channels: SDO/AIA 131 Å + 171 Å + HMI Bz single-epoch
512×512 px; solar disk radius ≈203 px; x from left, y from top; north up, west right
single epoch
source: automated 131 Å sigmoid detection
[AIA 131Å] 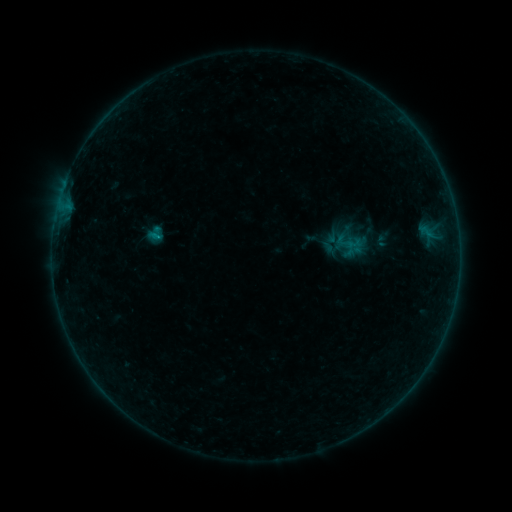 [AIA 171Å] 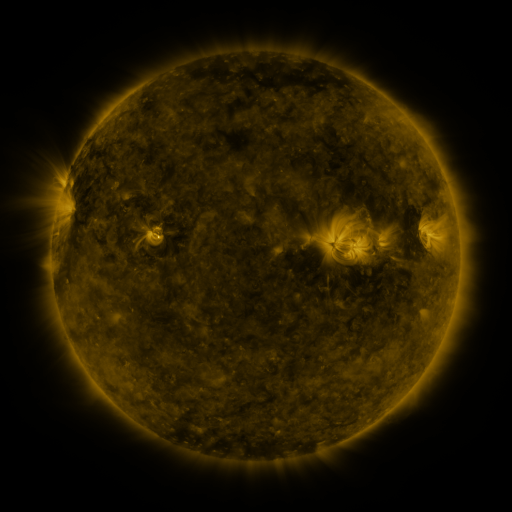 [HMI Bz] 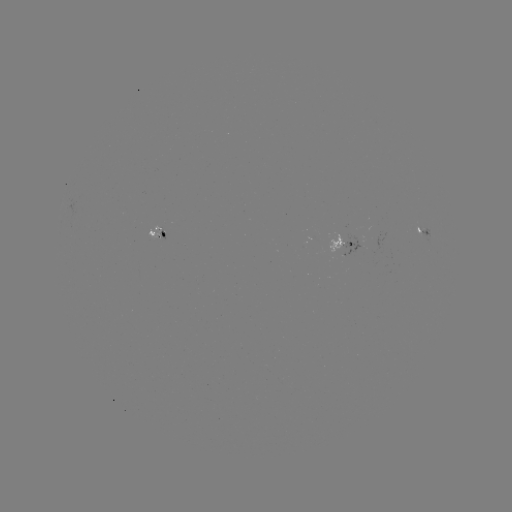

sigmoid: <bbox>148, 224, 165, 242</bbox>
